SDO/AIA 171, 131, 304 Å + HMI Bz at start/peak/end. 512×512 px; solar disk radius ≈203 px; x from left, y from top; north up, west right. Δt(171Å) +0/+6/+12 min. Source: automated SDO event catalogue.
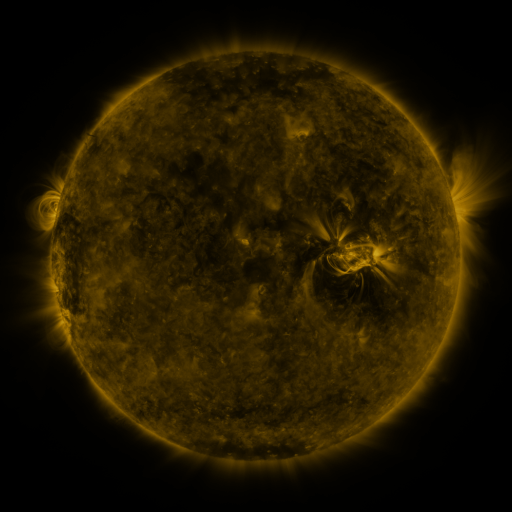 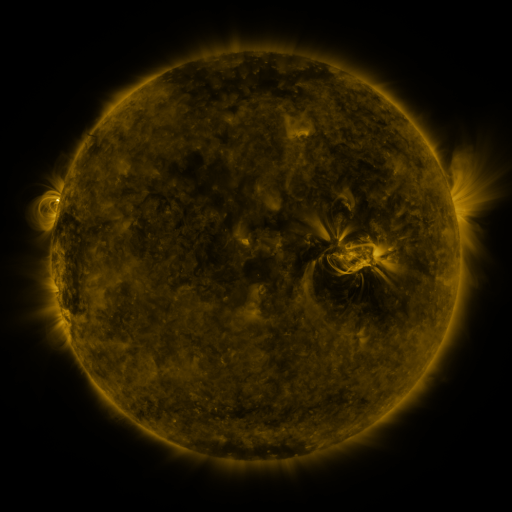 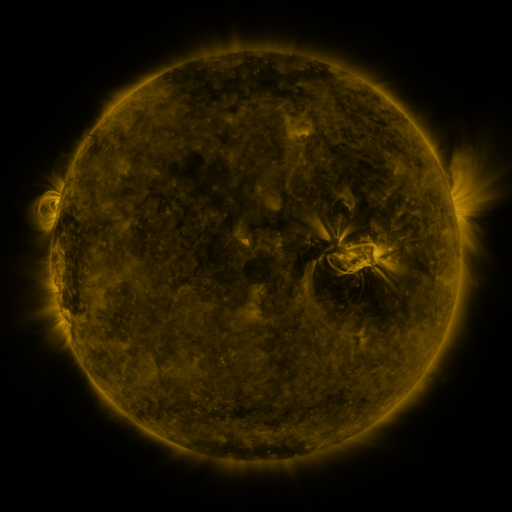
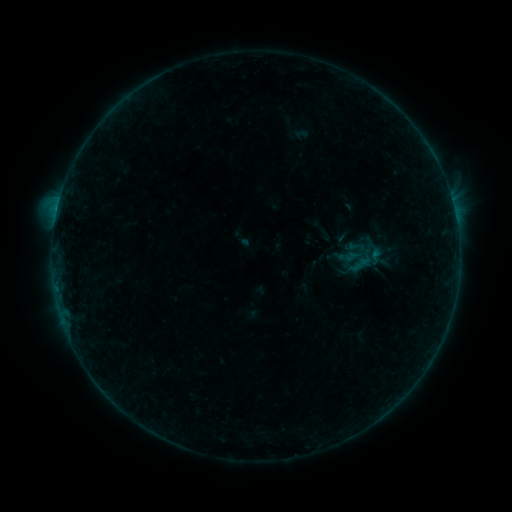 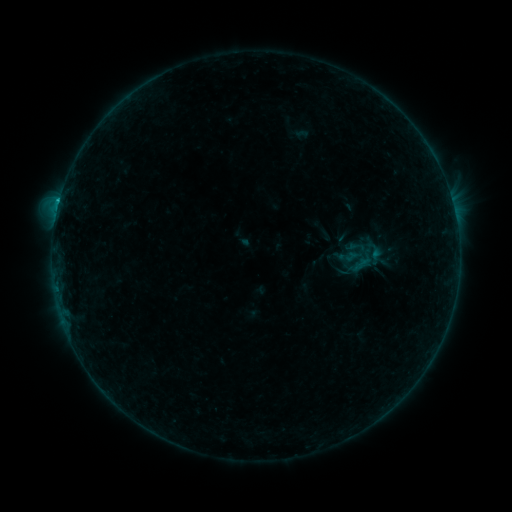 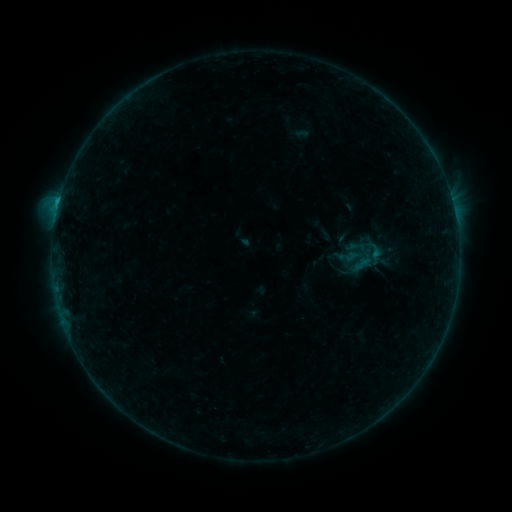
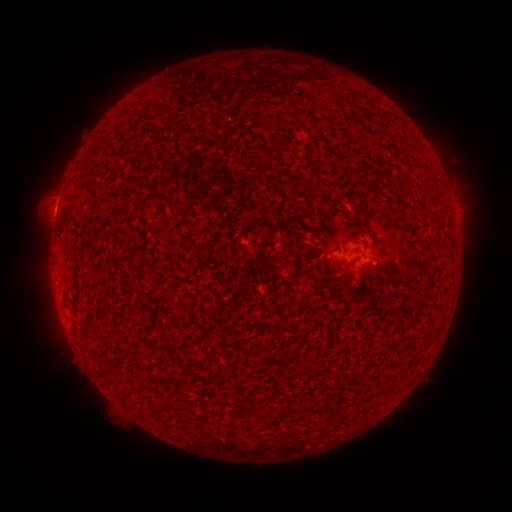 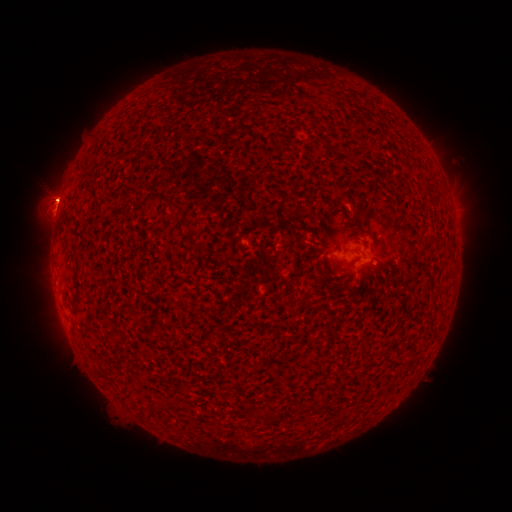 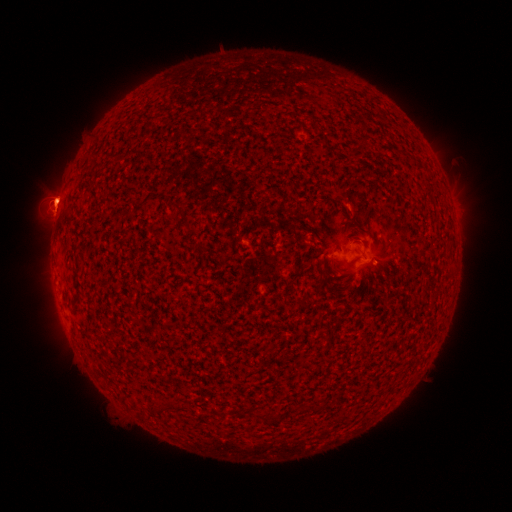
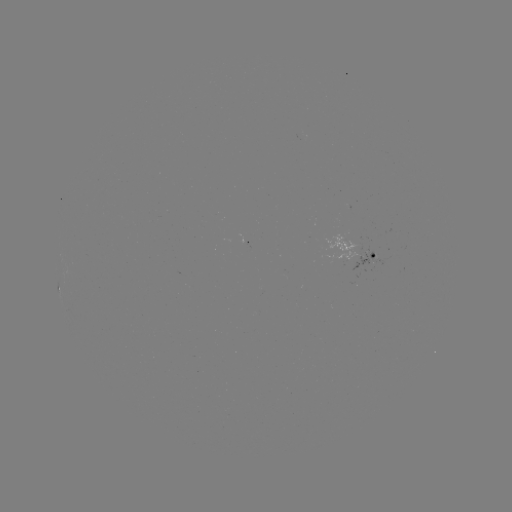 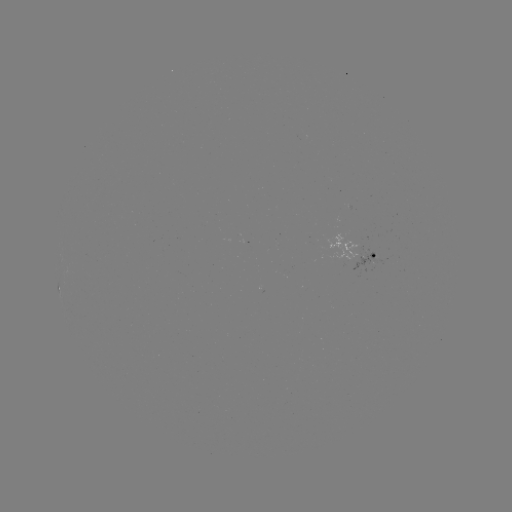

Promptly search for eruption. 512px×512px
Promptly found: [56, 198].